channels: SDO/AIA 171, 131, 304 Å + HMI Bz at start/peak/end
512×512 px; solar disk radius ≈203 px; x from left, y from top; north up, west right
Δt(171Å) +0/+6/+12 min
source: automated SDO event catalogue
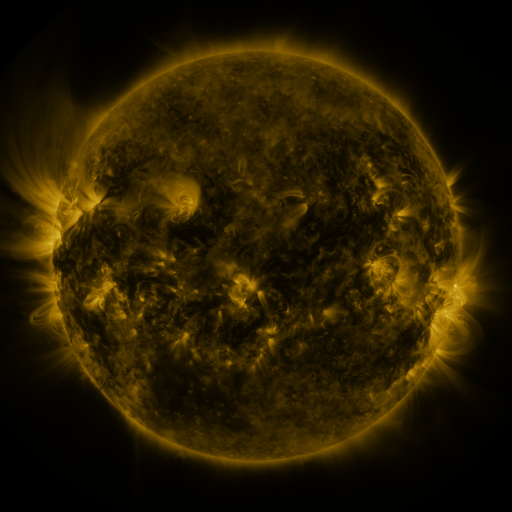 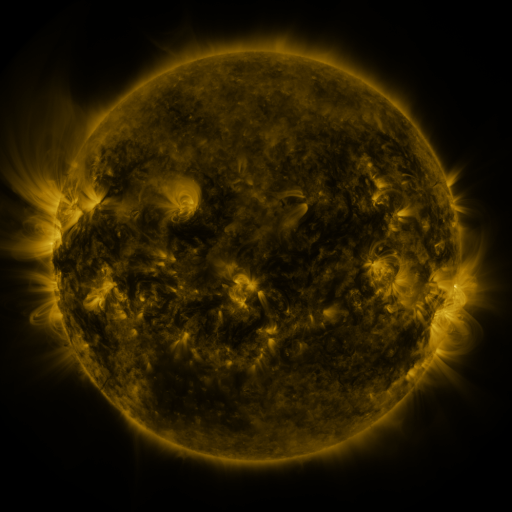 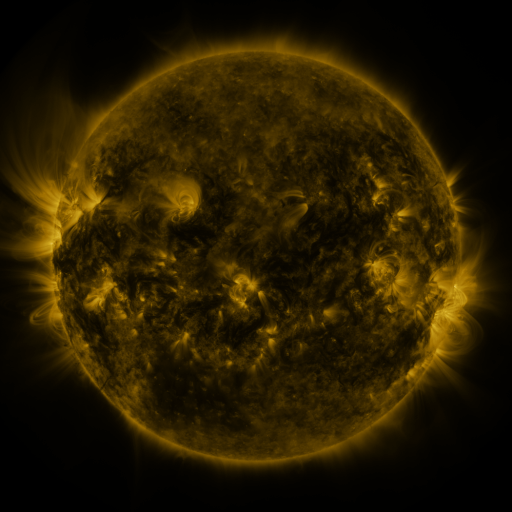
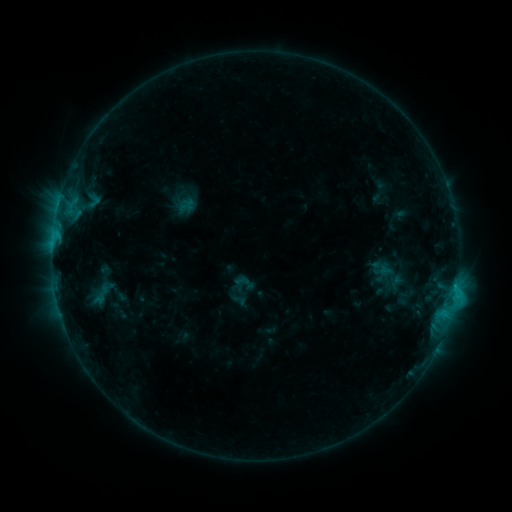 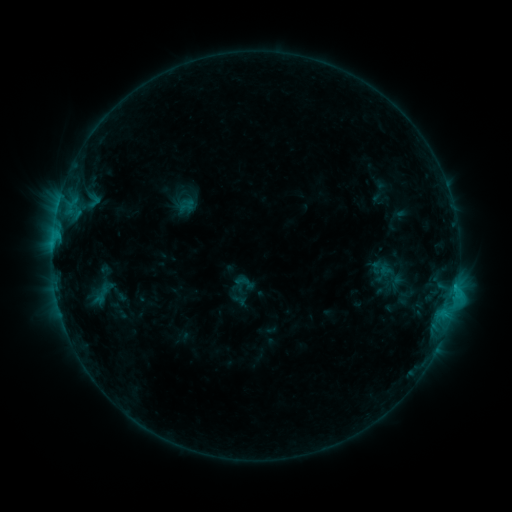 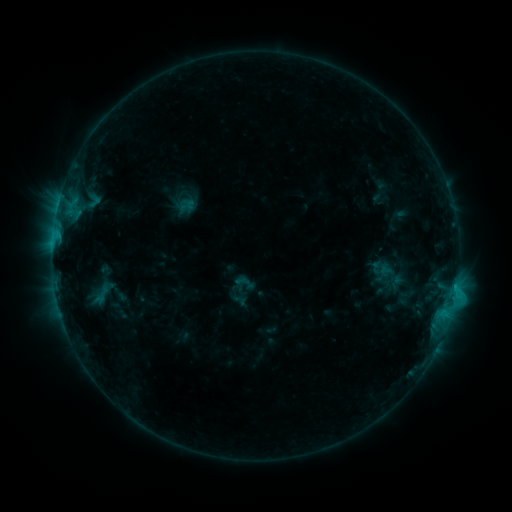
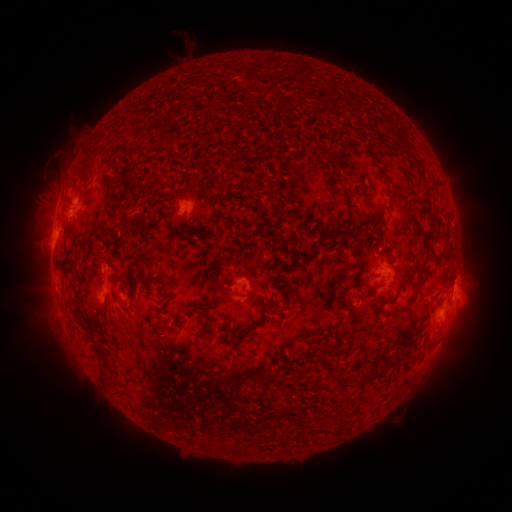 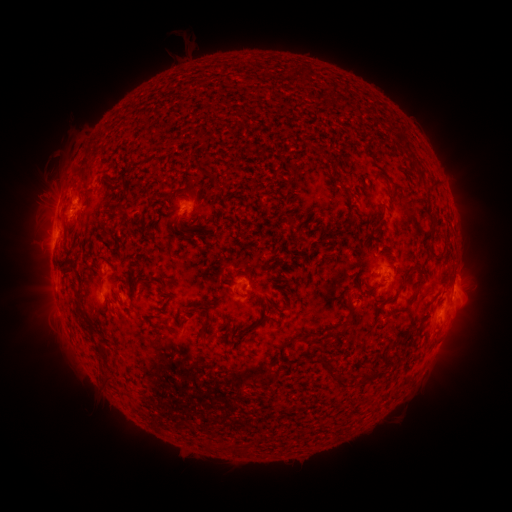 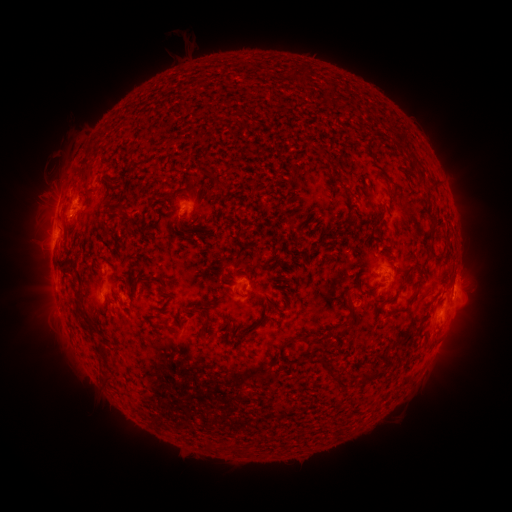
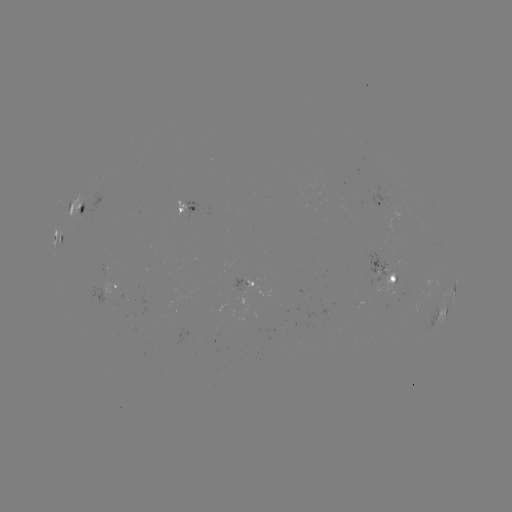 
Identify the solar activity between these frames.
no classed flare was catalogued and no EUV brightening was flagged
